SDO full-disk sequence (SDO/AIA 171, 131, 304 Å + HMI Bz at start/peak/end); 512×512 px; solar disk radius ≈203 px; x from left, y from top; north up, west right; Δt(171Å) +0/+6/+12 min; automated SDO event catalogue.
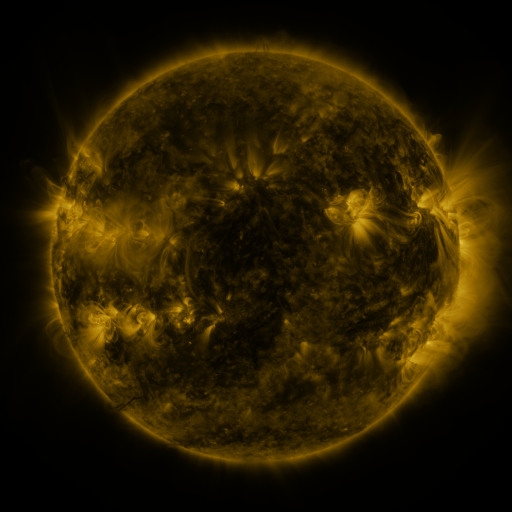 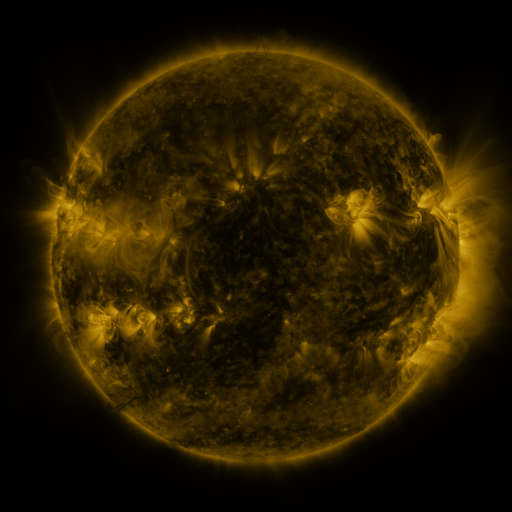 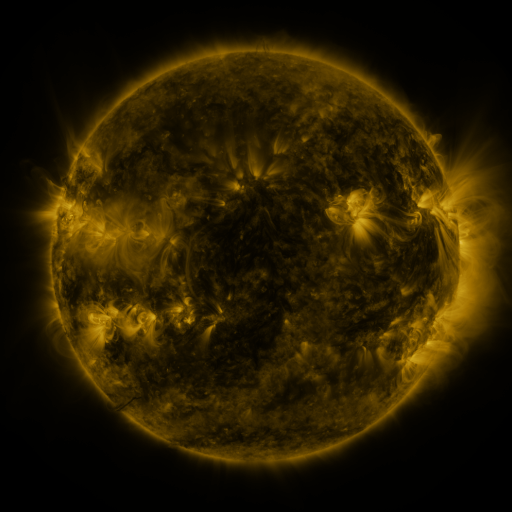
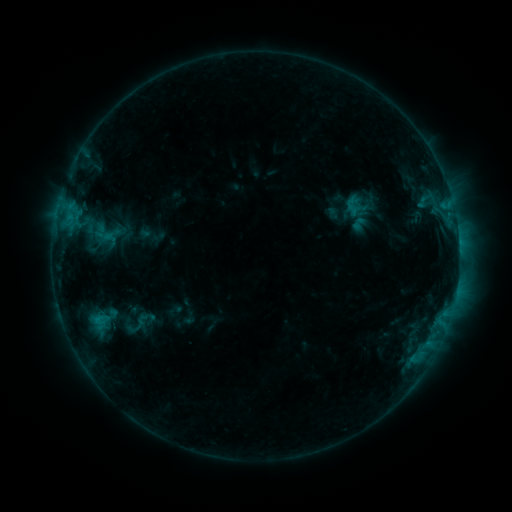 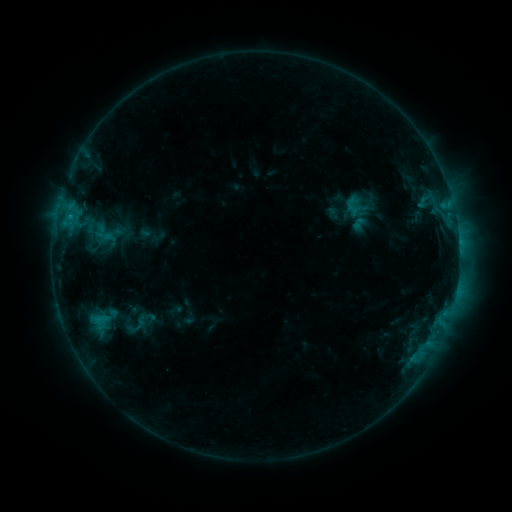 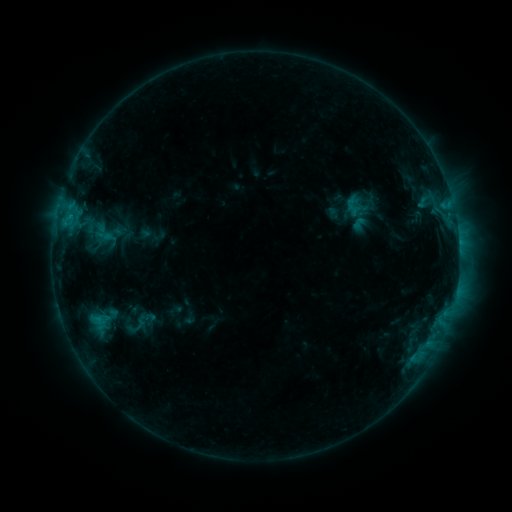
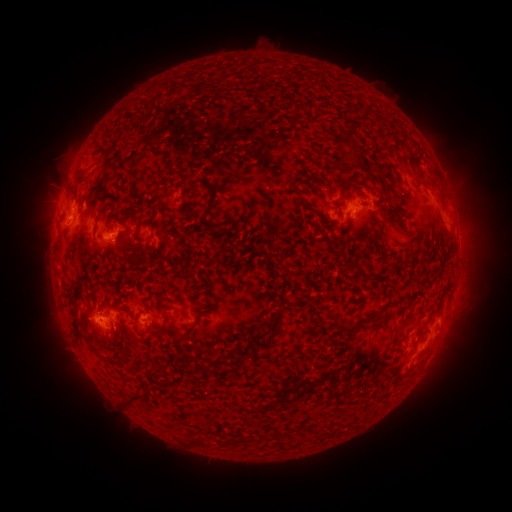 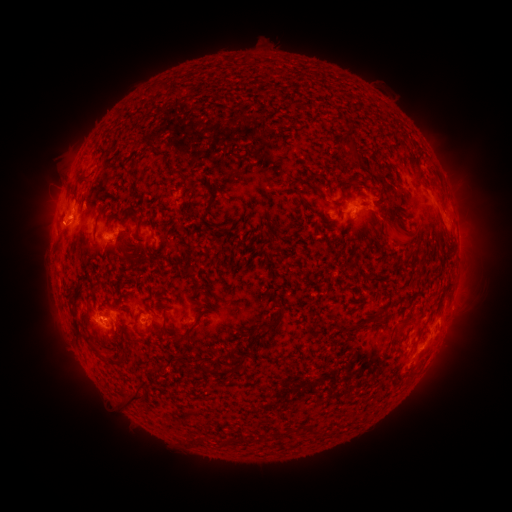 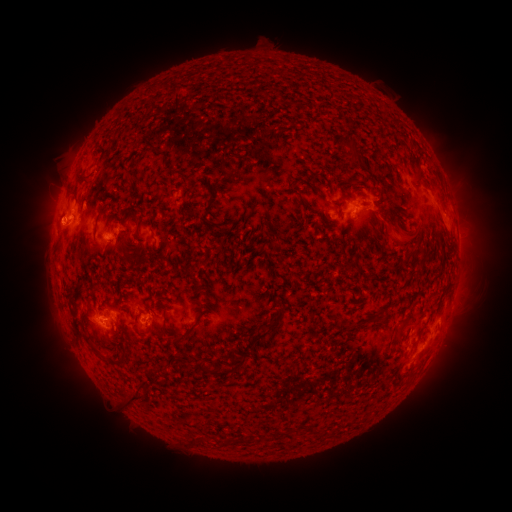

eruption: (22, 198, 74, 249)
